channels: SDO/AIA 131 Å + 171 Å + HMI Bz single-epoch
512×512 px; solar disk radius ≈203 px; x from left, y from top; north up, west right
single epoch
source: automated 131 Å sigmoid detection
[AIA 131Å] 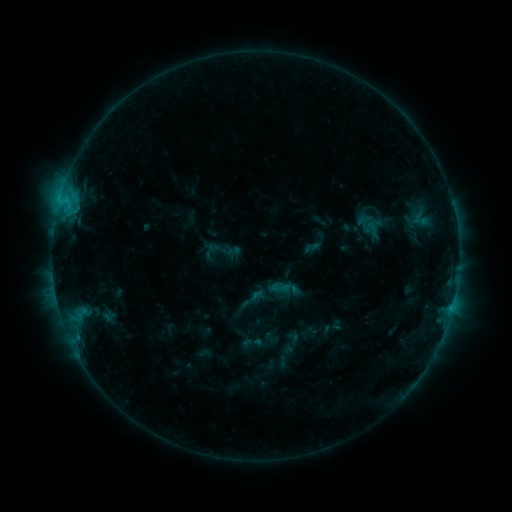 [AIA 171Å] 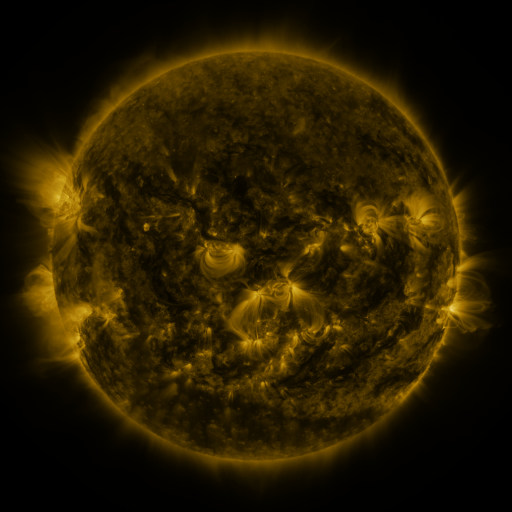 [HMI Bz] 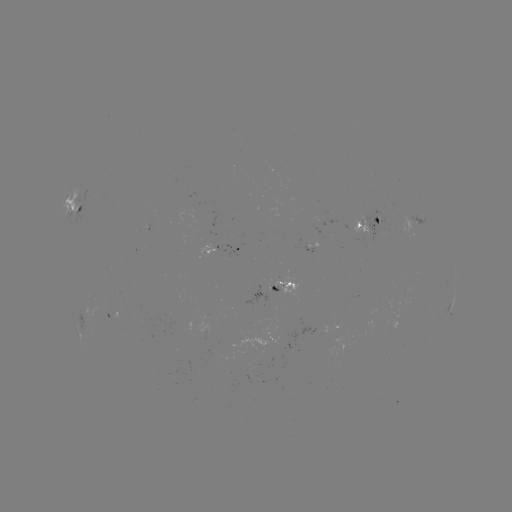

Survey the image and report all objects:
sigmoid: (280, 287)
